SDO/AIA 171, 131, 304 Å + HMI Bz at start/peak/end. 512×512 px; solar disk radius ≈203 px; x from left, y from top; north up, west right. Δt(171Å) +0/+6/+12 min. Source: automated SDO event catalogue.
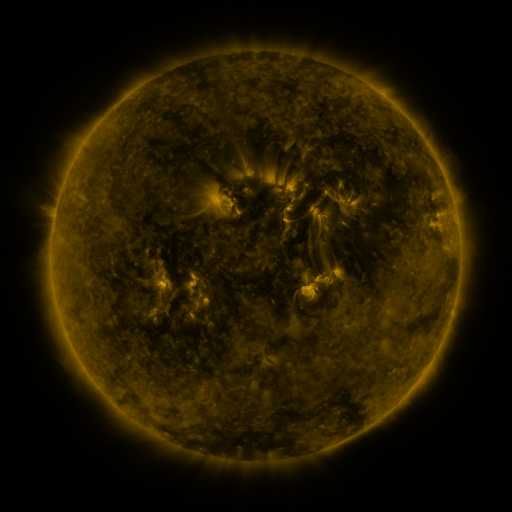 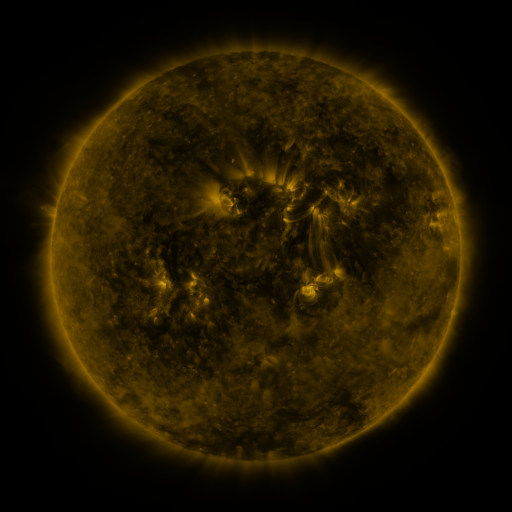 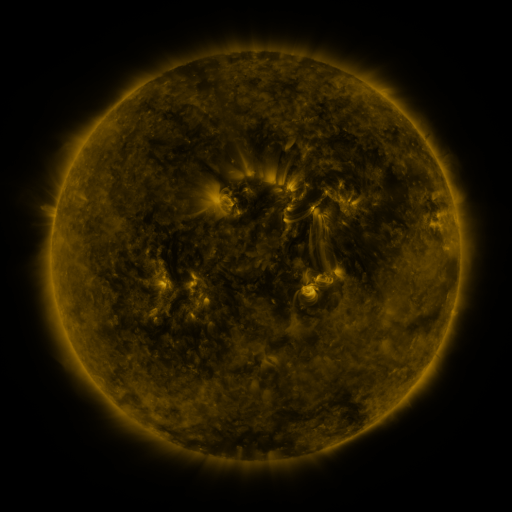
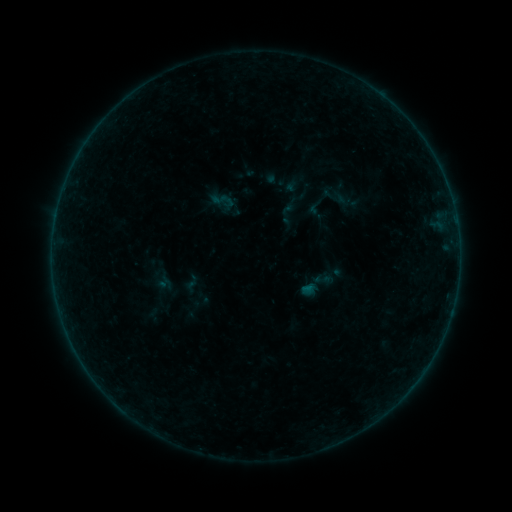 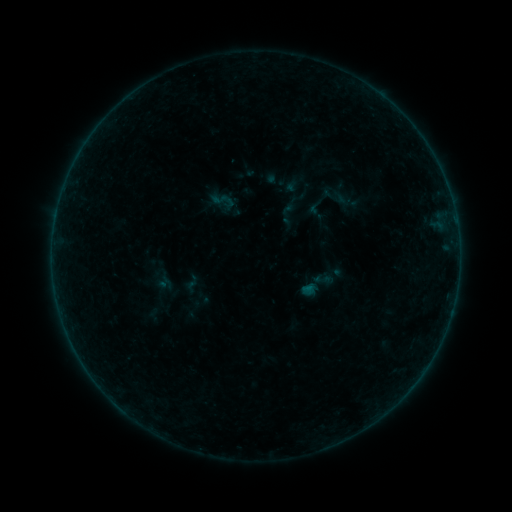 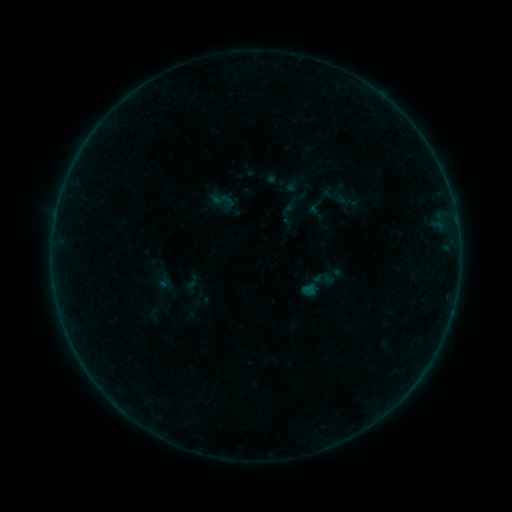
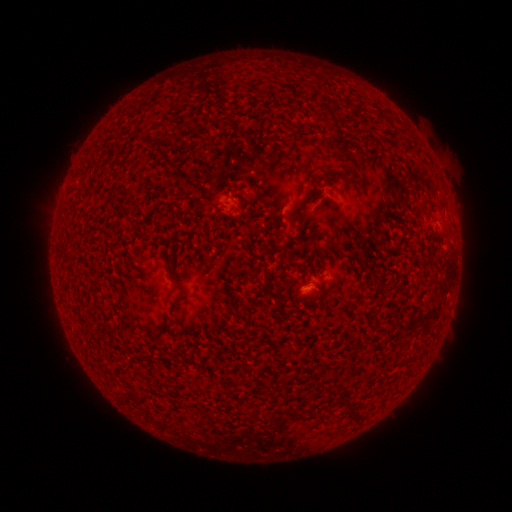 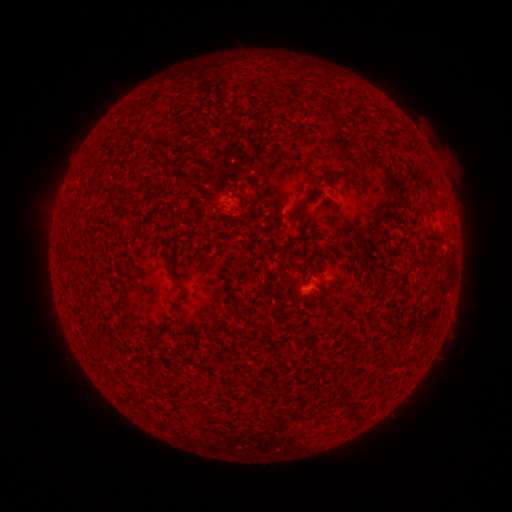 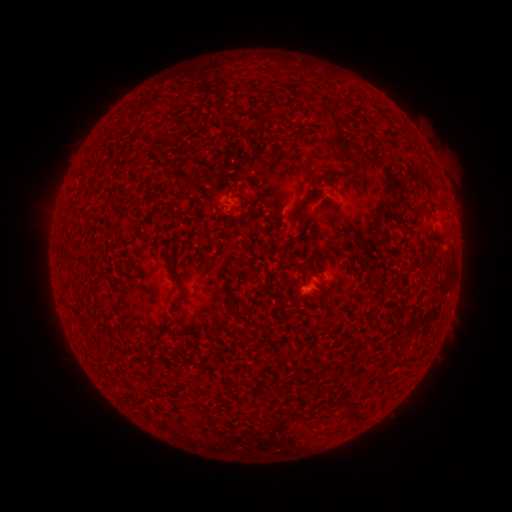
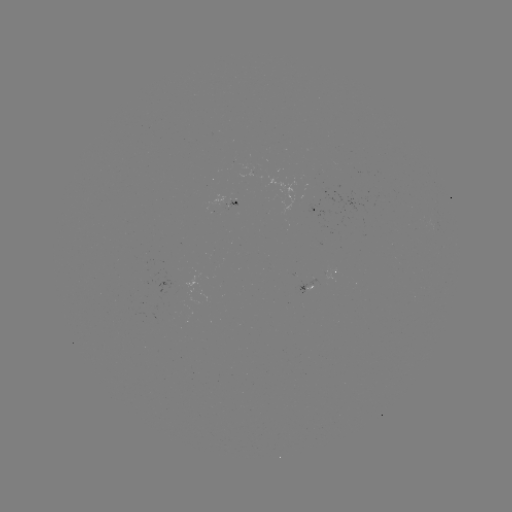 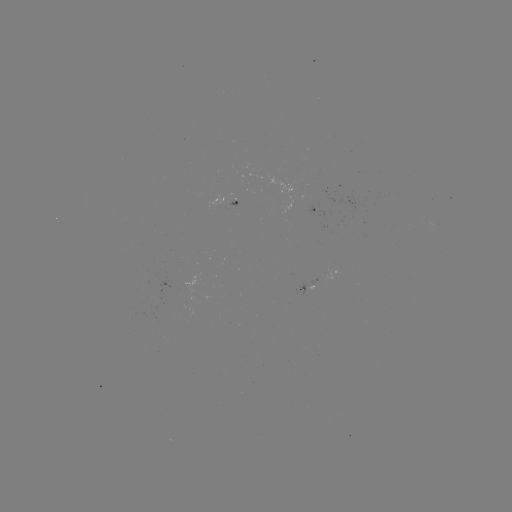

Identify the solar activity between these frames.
nothing was catalogued: no classed flare, no EUV trigger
